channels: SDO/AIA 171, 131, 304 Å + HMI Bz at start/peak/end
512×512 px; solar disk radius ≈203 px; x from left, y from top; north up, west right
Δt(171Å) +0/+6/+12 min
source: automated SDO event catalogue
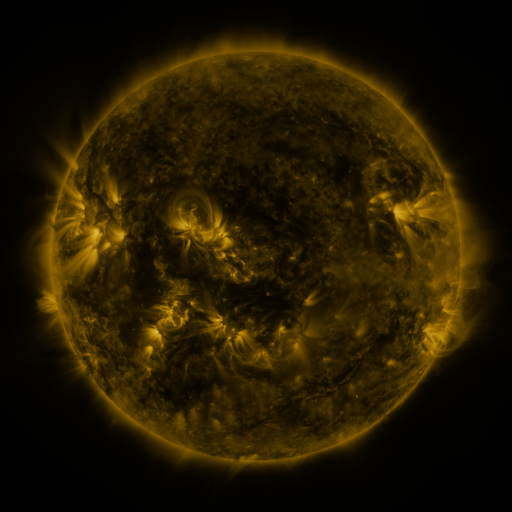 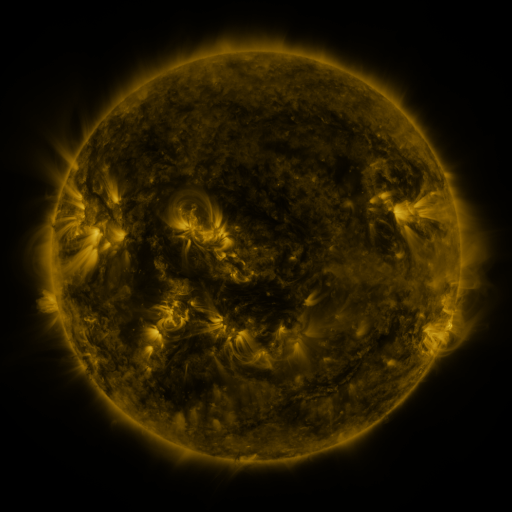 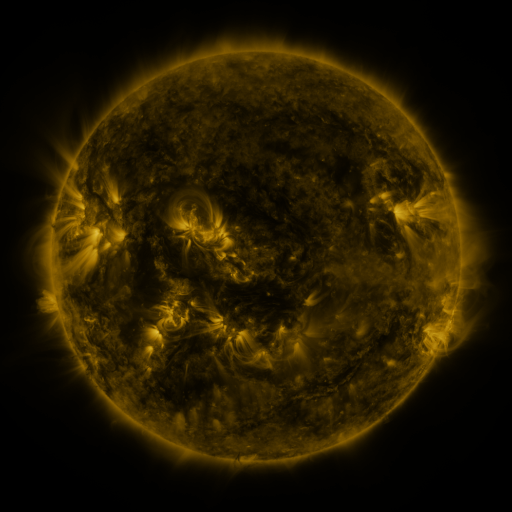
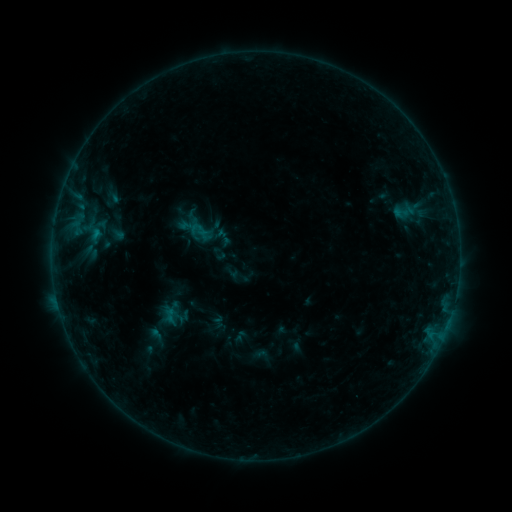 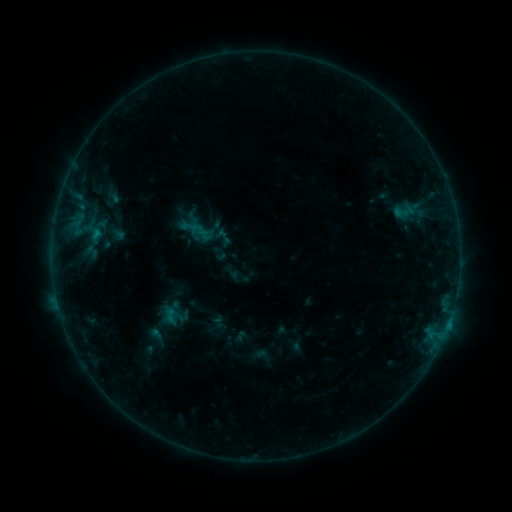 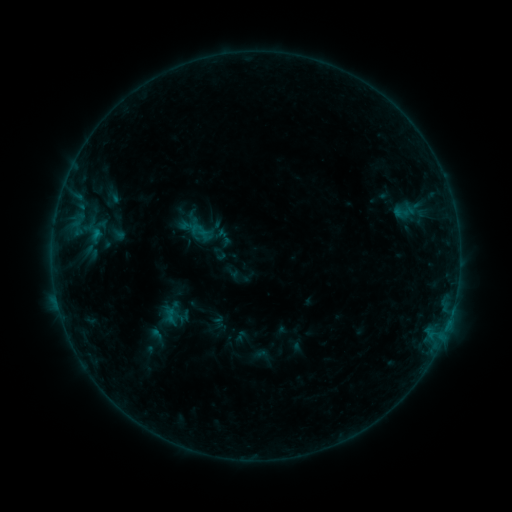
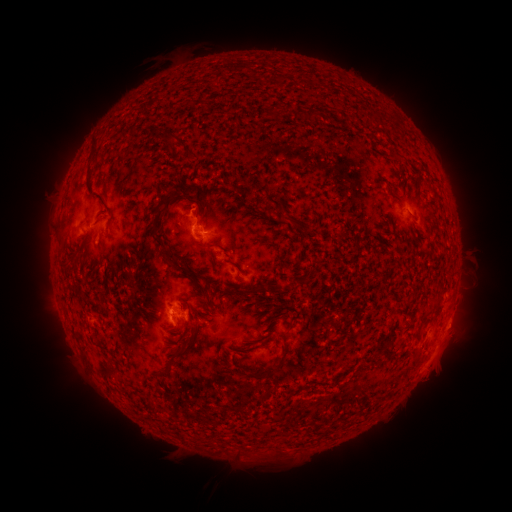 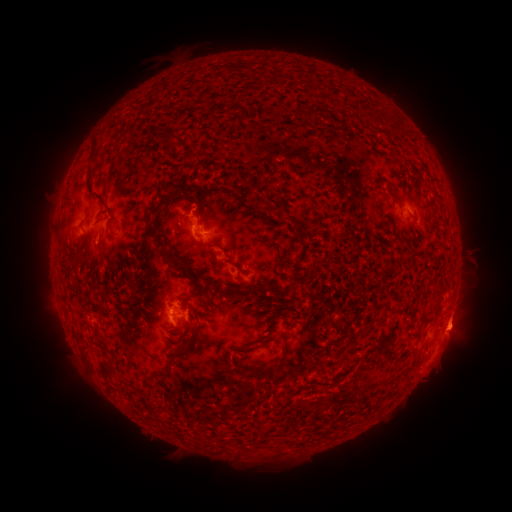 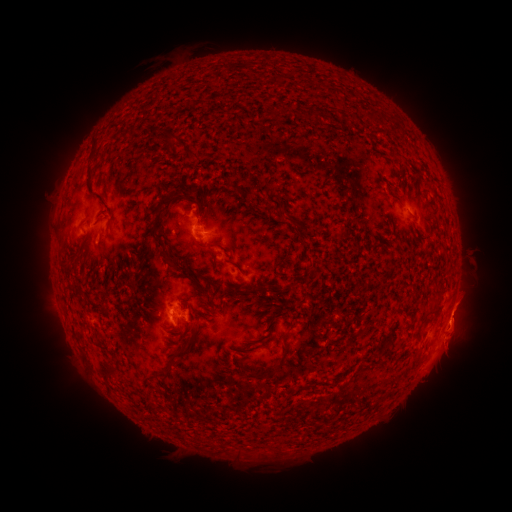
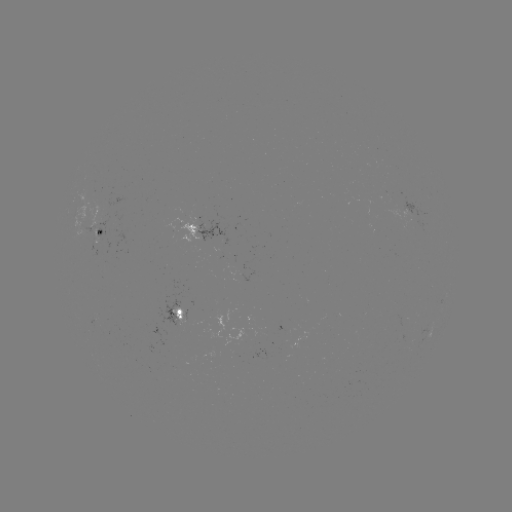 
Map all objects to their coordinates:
eruption: (459, 328)
